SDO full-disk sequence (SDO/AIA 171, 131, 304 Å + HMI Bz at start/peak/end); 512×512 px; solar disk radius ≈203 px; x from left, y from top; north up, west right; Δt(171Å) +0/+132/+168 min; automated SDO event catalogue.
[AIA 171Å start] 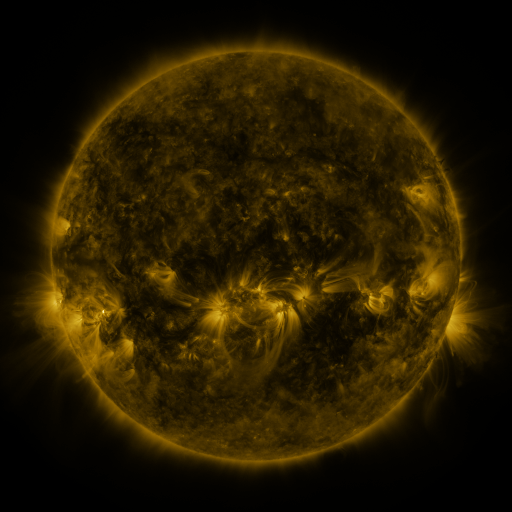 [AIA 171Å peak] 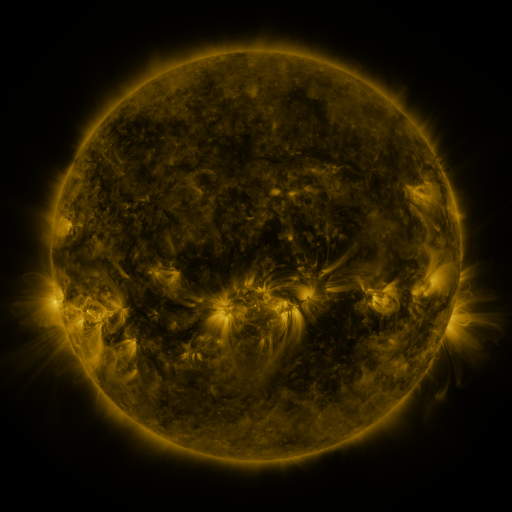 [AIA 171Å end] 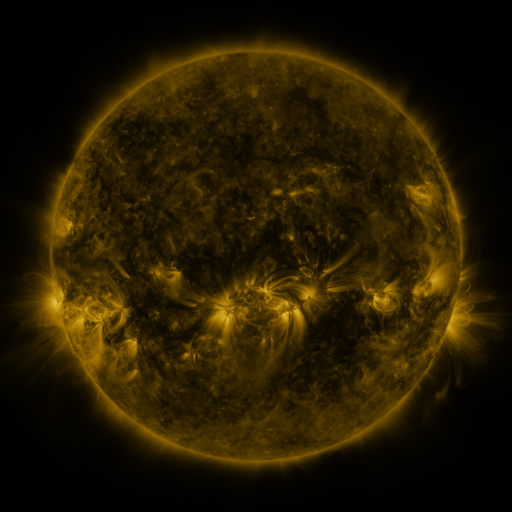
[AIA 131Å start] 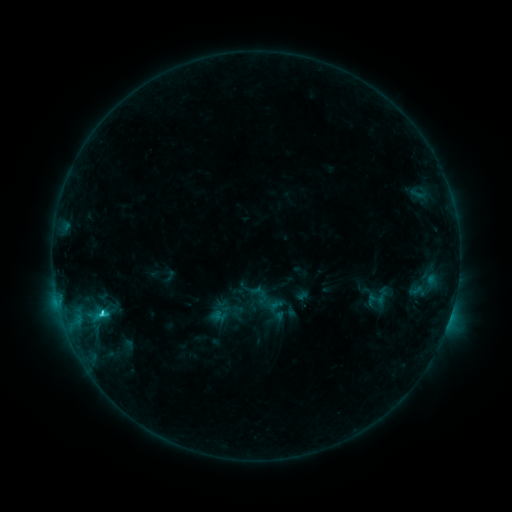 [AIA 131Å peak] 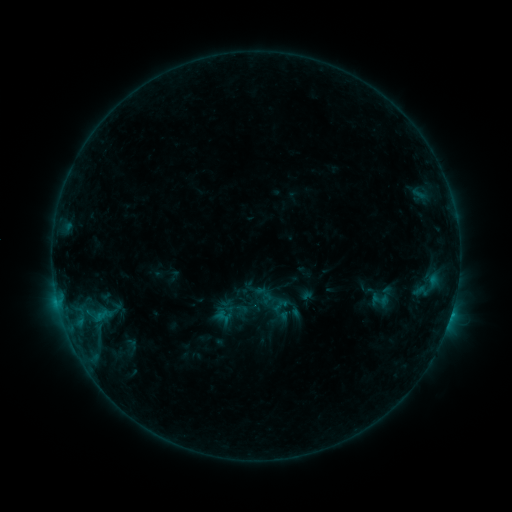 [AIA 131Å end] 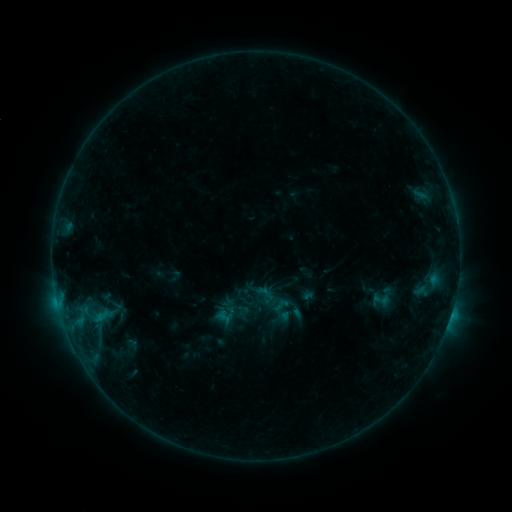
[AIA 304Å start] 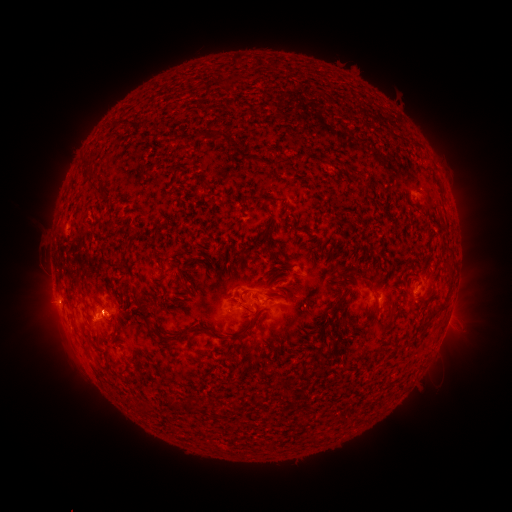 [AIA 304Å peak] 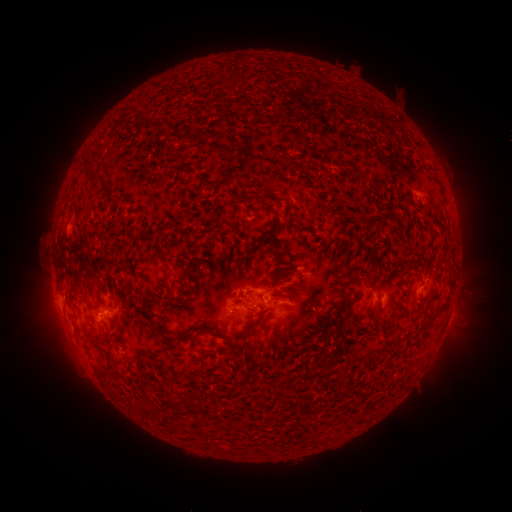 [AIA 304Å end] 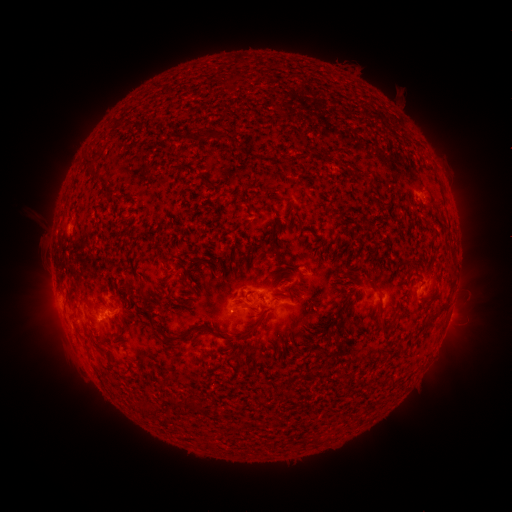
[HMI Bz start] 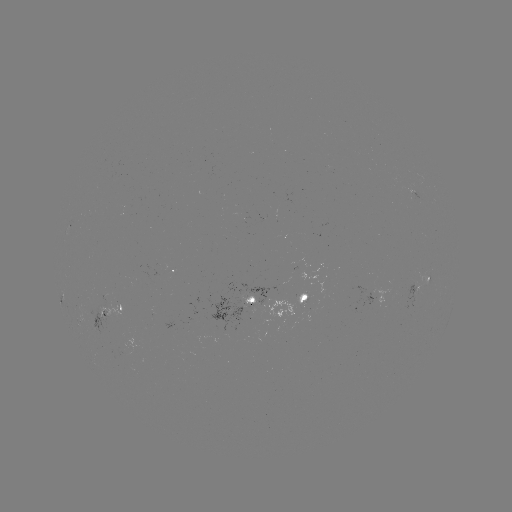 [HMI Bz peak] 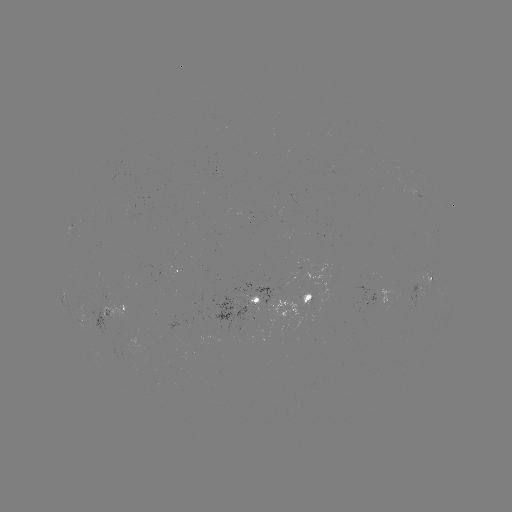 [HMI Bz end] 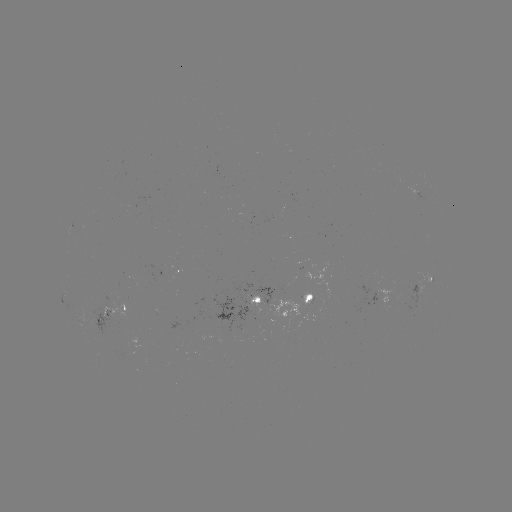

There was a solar emerging-flux region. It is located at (307, 303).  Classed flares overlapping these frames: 3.